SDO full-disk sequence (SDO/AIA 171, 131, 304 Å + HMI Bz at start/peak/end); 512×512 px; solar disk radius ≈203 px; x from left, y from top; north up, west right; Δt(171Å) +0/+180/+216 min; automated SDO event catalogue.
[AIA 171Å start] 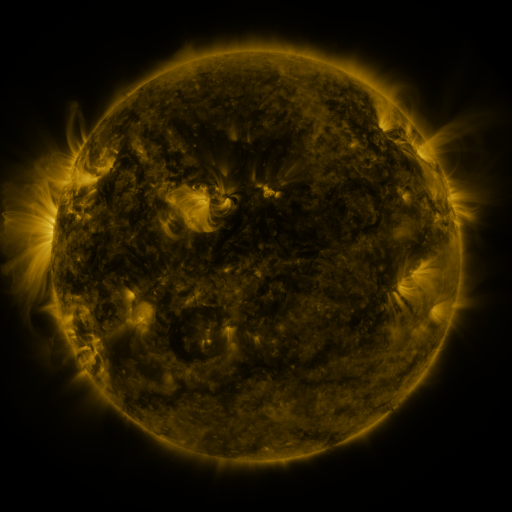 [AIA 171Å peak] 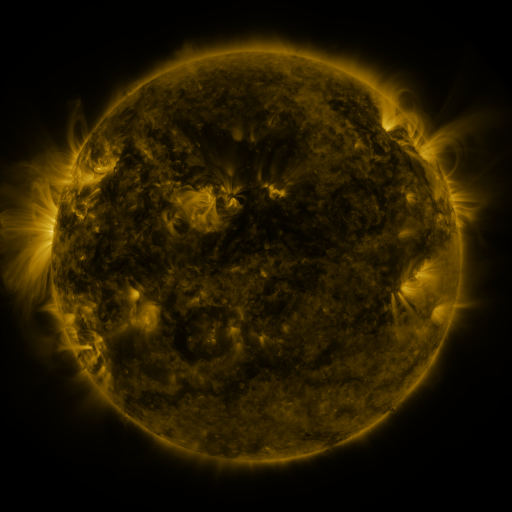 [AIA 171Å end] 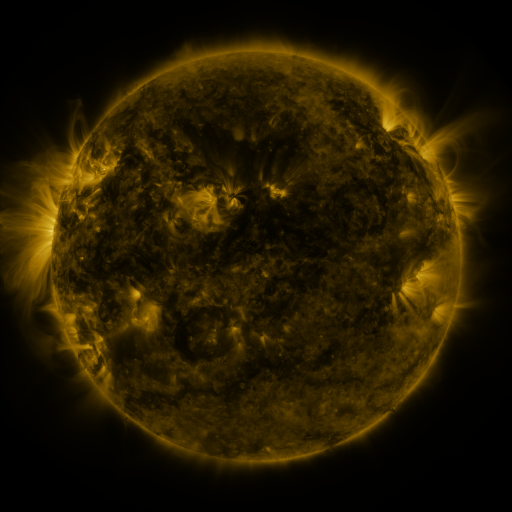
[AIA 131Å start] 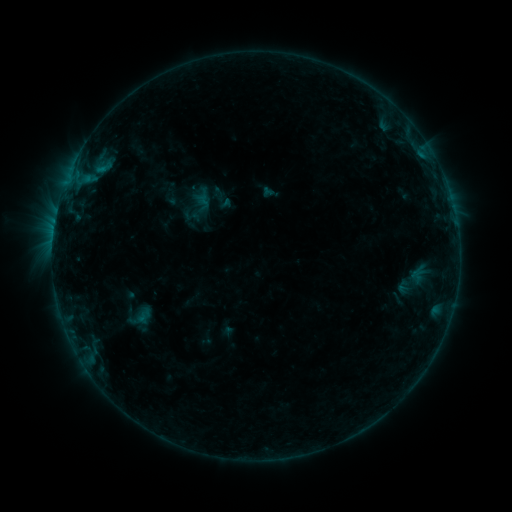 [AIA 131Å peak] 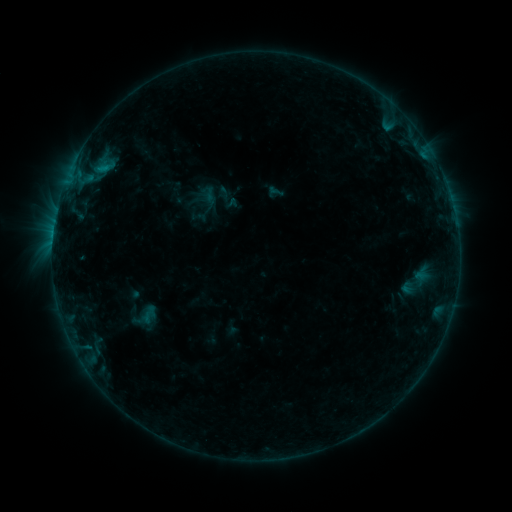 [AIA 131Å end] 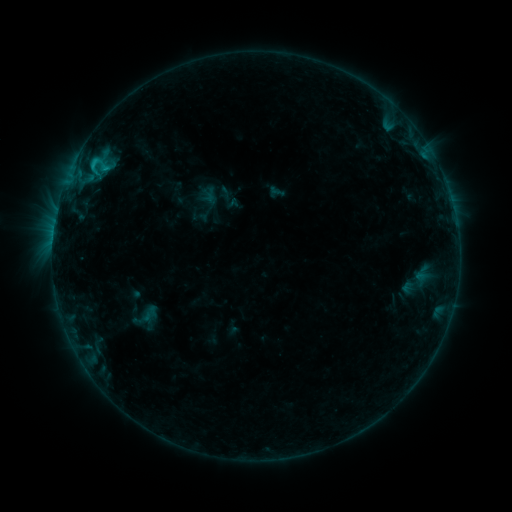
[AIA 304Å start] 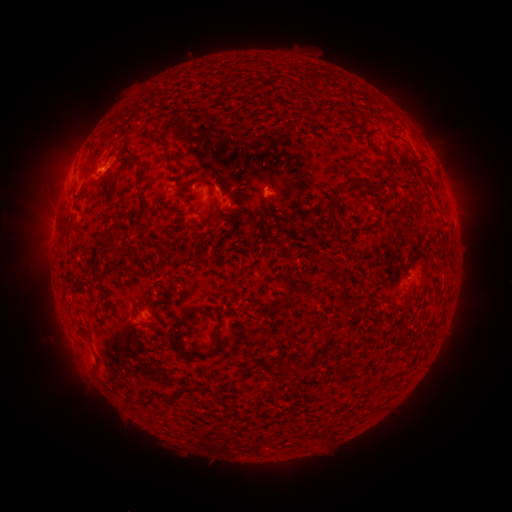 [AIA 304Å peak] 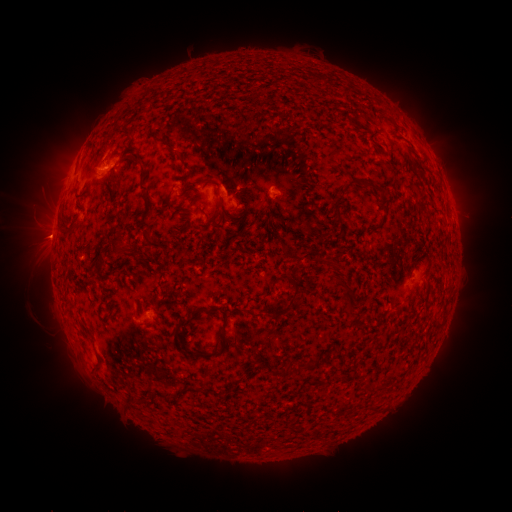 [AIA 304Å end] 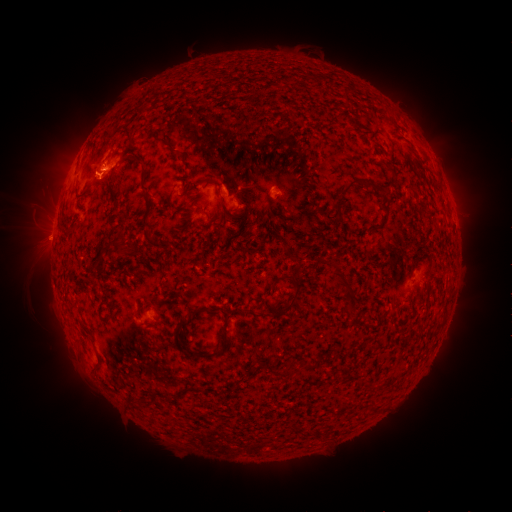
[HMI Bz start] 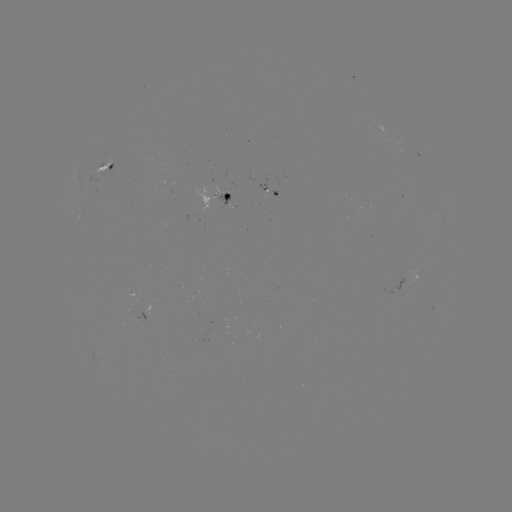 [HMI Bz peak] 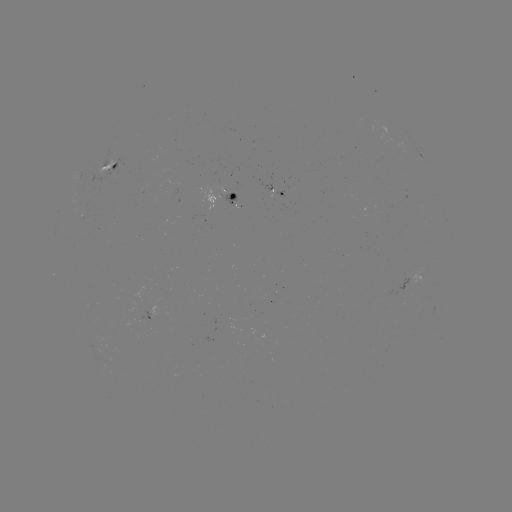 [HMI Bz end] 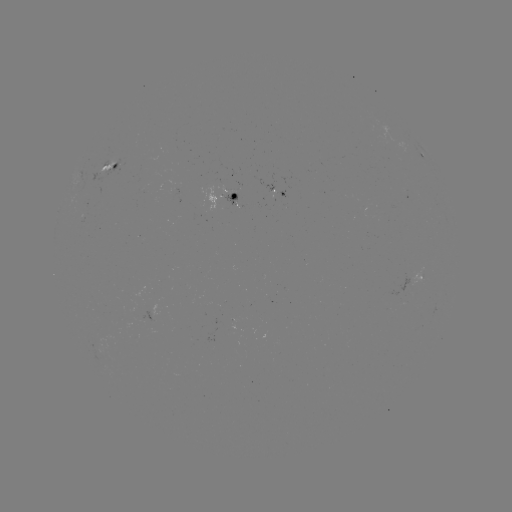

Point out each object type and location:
emerging-flux region: (411, 275)
